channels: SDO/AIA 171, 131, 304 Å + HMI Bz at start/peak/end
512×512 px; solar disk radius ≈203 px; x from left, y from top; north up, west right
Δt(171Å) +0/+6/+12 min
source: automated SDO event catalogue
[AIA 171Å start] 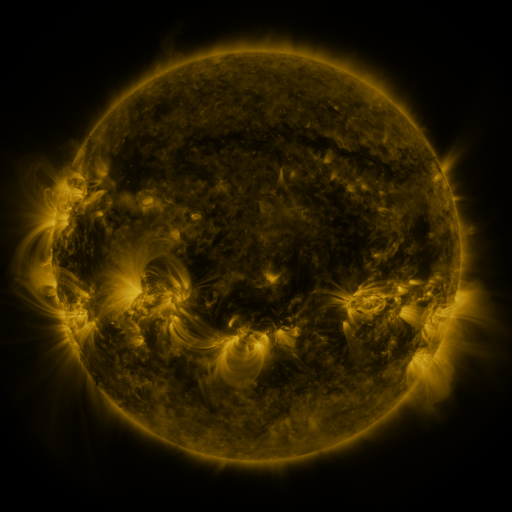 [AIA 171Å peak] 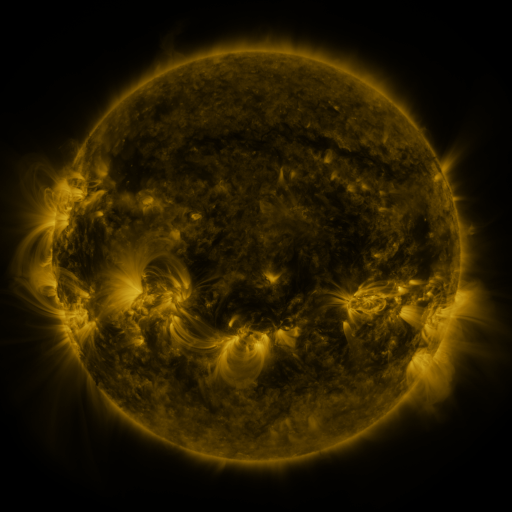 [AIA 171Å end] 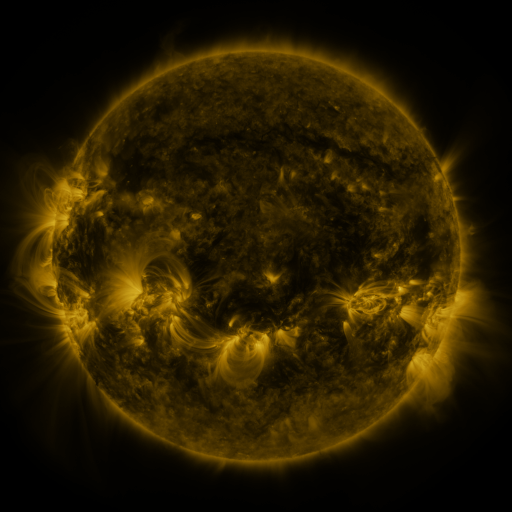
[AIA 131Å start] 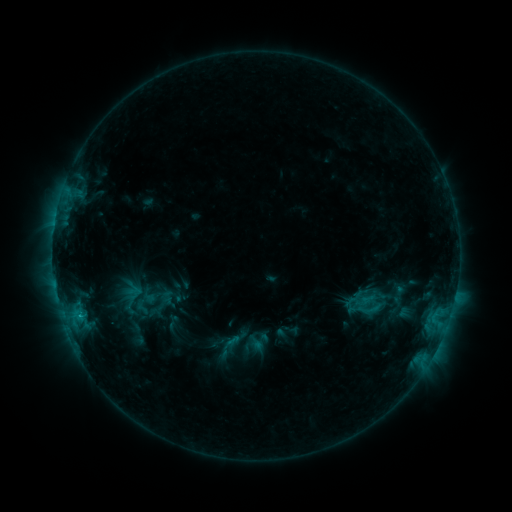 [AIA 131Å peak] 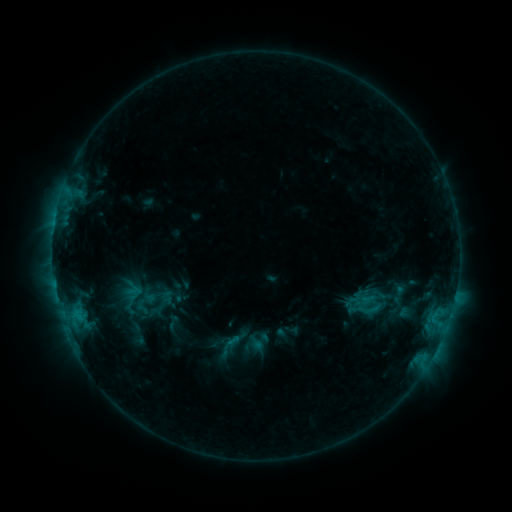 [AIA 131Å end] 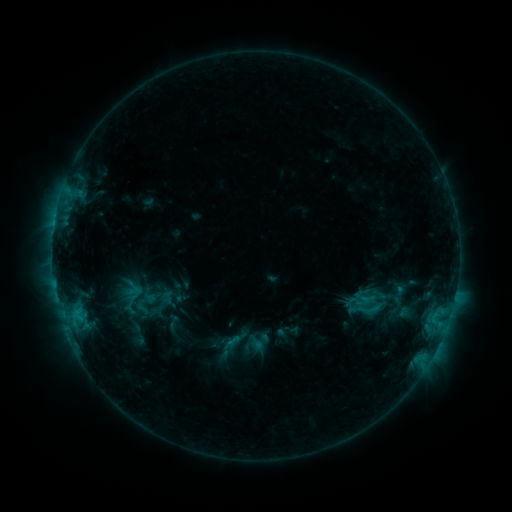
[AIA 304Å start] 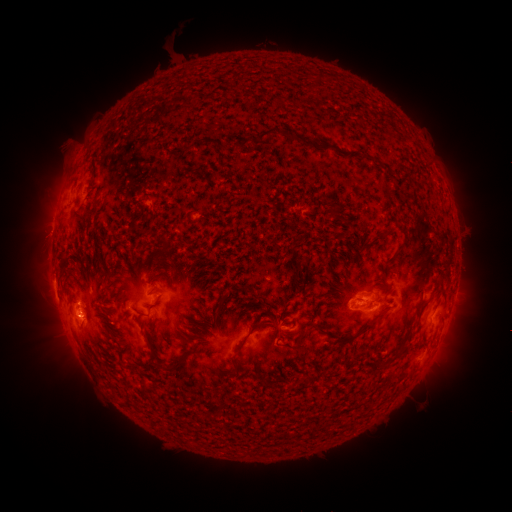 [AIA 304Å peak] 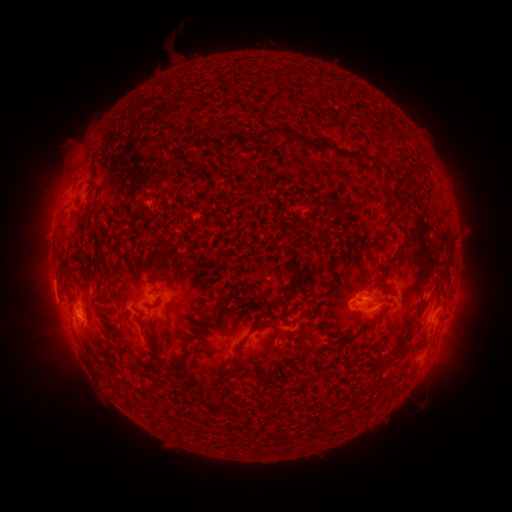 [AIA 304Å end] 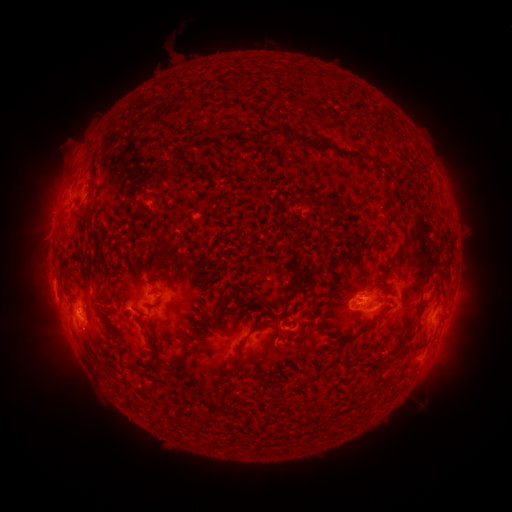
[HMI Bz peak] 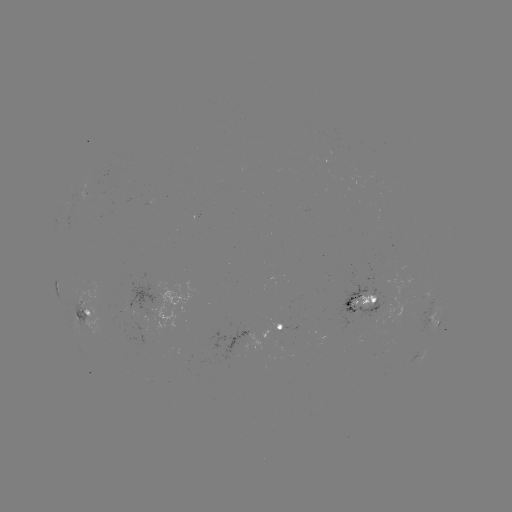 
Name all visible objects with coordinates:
eruption: (44, 228)
